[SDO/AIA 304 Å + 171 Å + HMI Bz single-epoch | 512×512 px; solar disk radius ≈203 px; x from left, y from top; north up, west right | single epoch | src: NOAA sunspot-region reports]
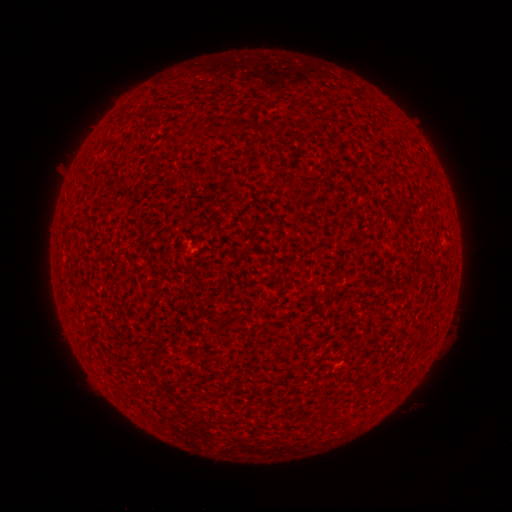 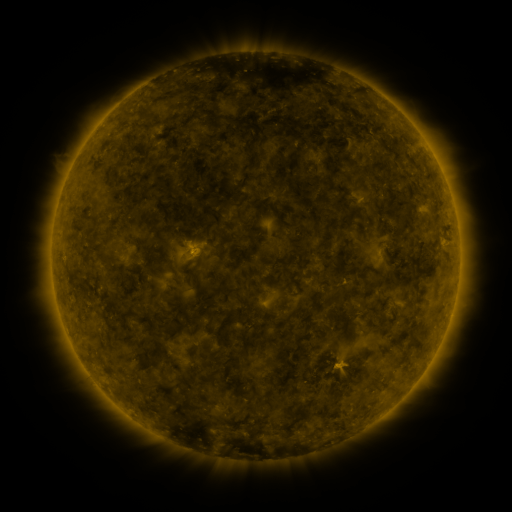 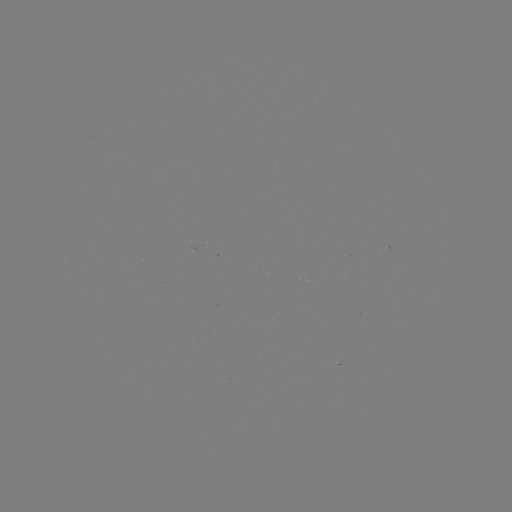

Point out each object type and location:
(none)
